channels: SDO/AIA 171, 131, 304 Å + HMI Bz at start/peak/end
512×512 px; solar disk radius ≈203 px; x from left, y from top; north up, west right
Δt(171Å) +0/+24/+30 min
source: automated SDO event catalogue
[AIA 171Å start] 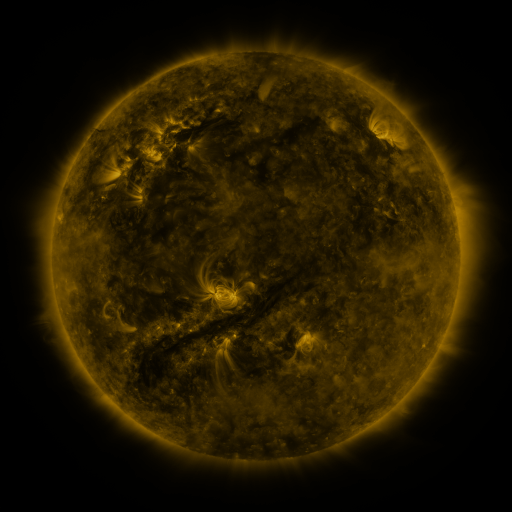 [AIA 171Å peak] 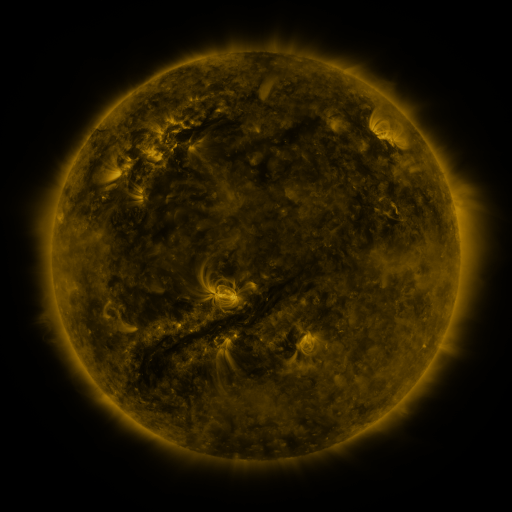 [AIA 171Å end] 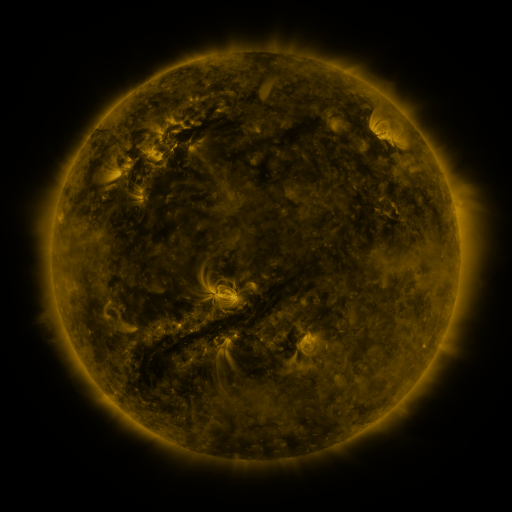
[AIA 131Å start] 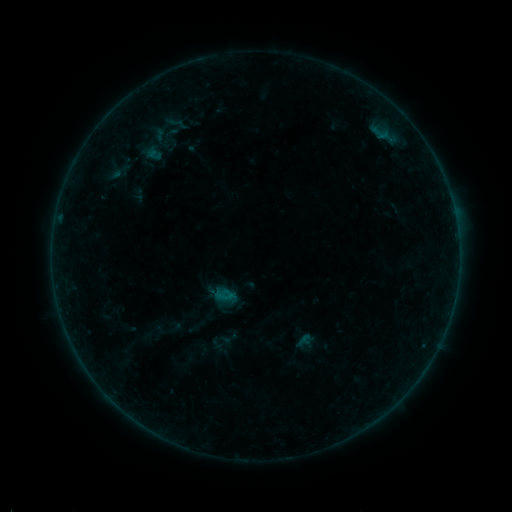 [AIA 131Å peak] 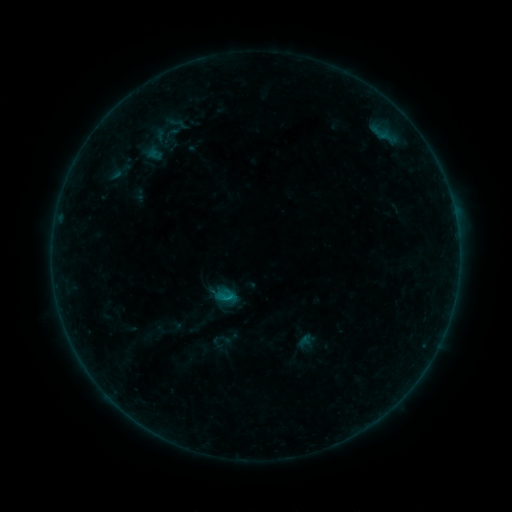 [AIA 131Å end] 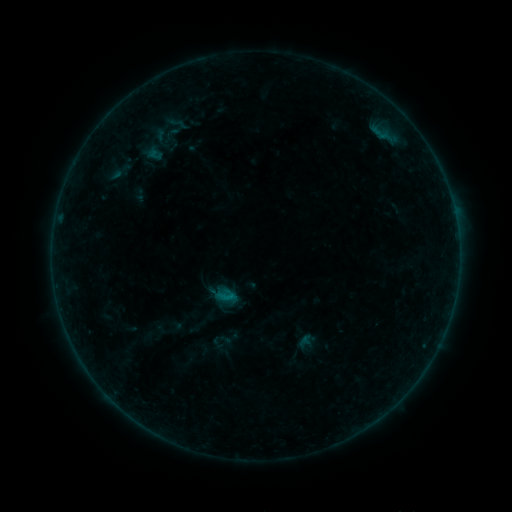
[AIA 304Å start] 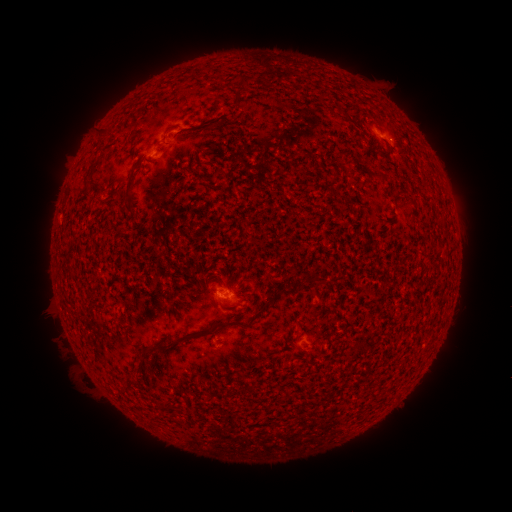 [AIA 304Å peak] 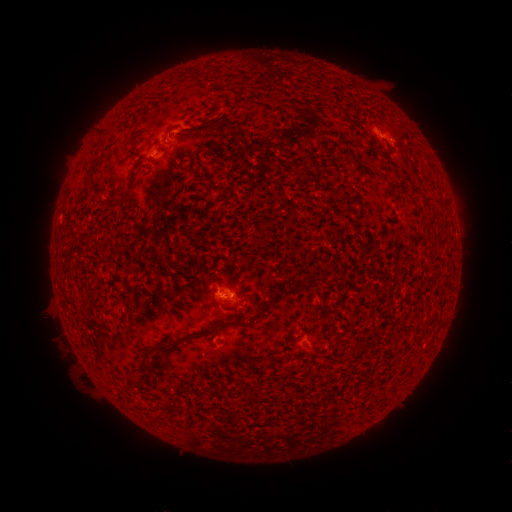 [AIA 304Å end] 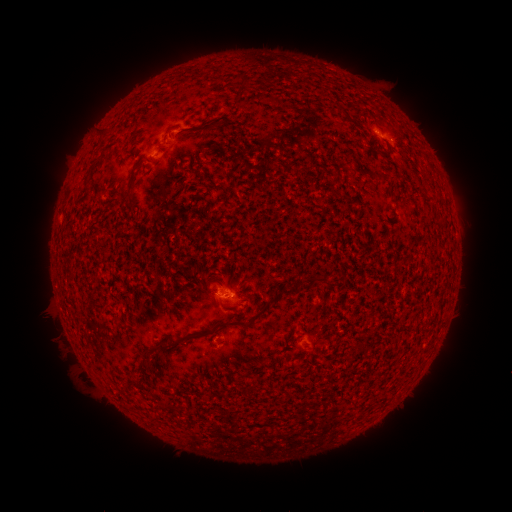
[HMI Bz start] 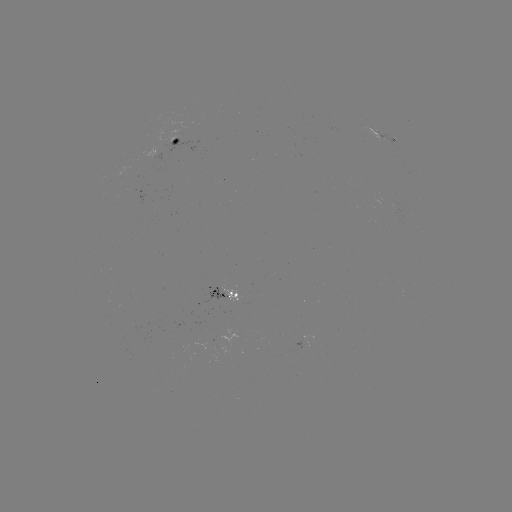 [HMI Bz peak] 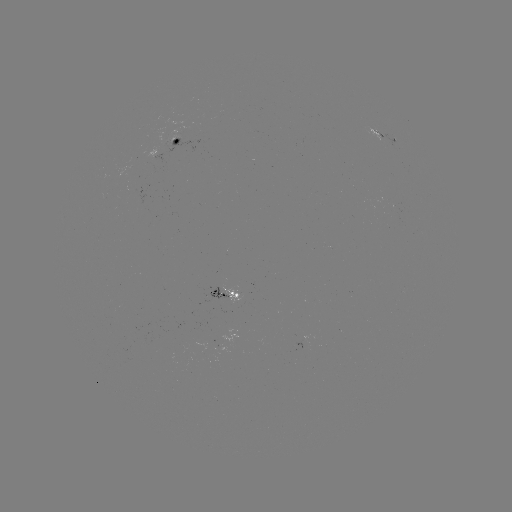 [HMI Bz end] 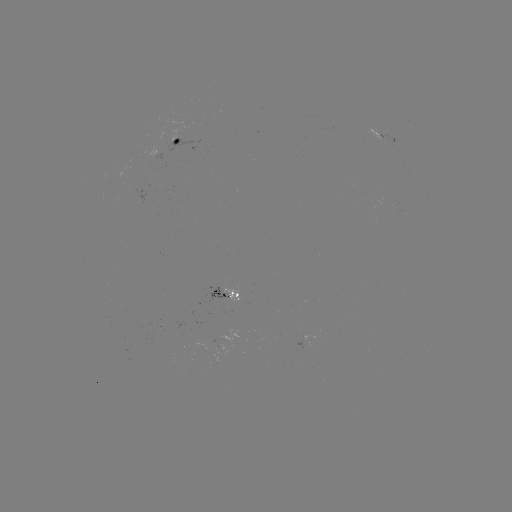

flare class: B3.6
